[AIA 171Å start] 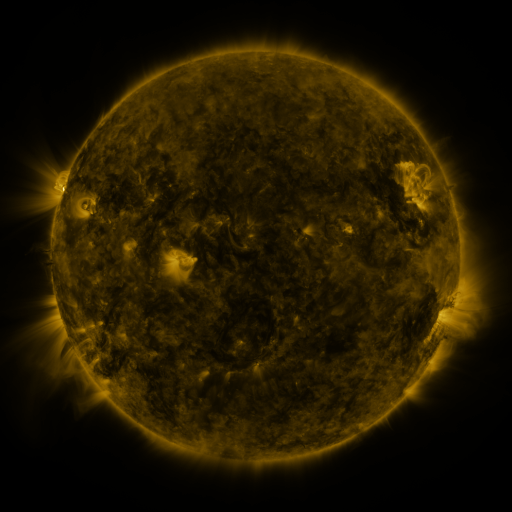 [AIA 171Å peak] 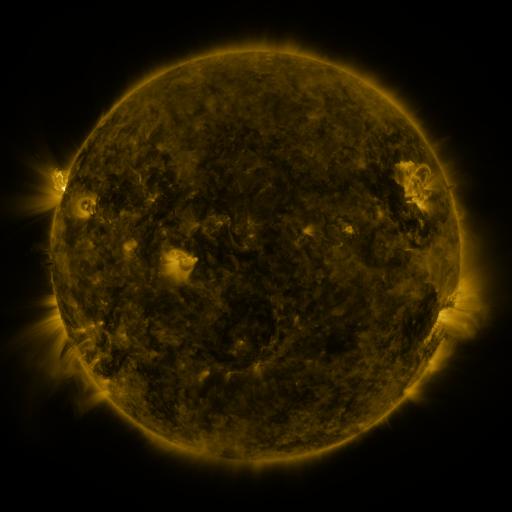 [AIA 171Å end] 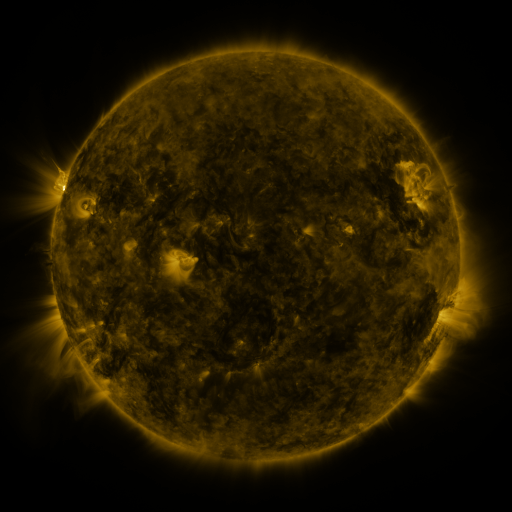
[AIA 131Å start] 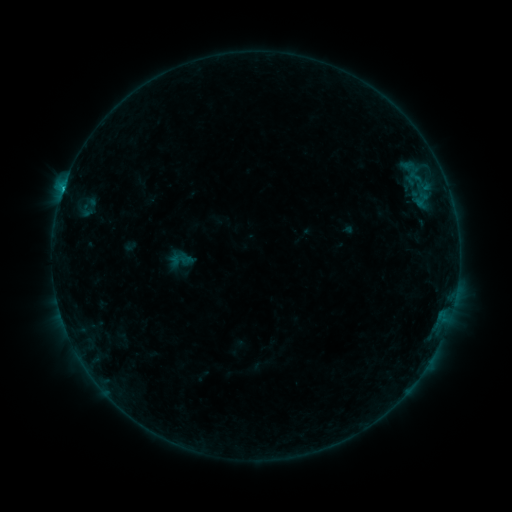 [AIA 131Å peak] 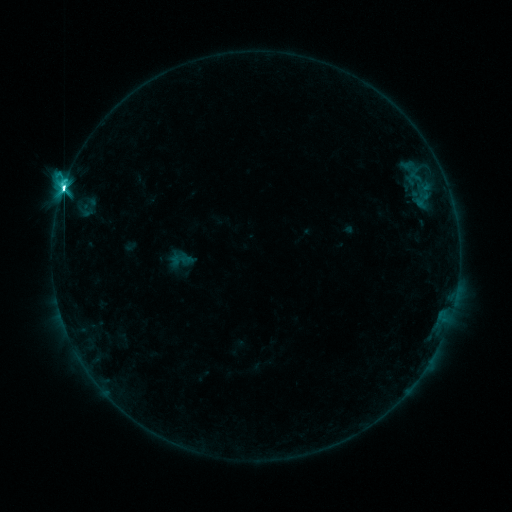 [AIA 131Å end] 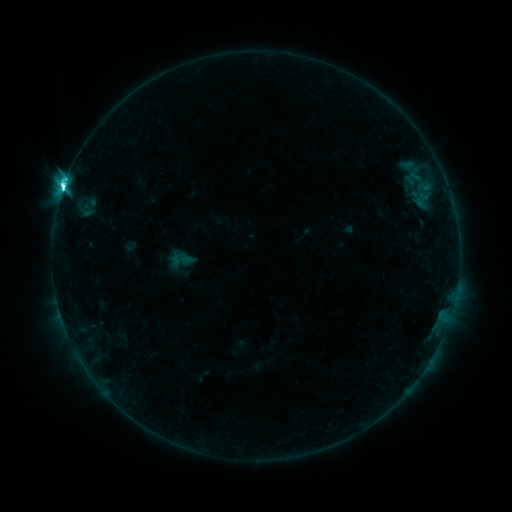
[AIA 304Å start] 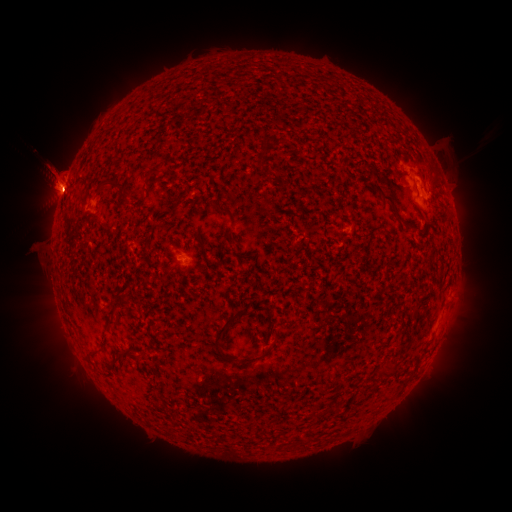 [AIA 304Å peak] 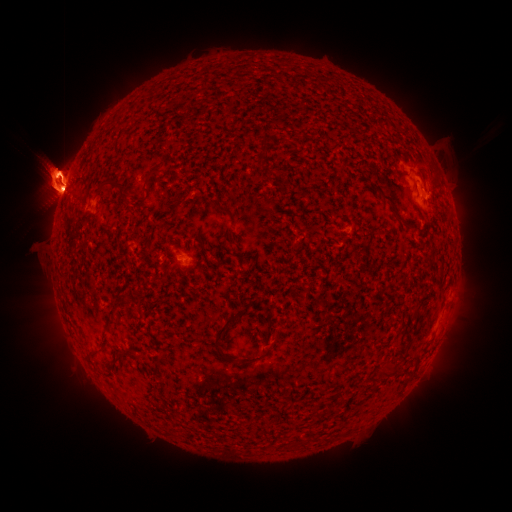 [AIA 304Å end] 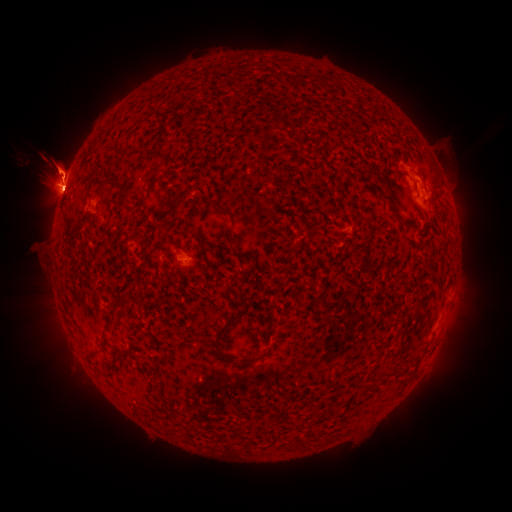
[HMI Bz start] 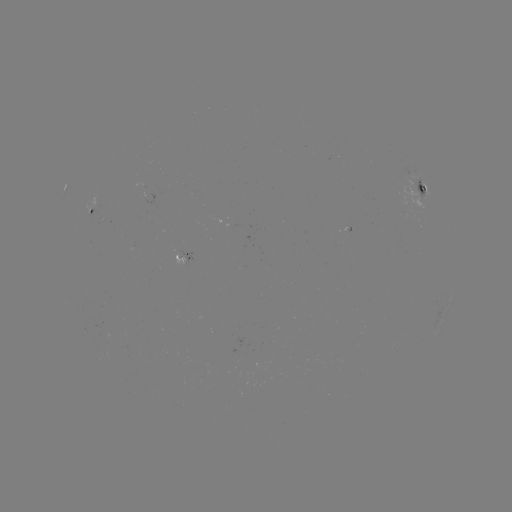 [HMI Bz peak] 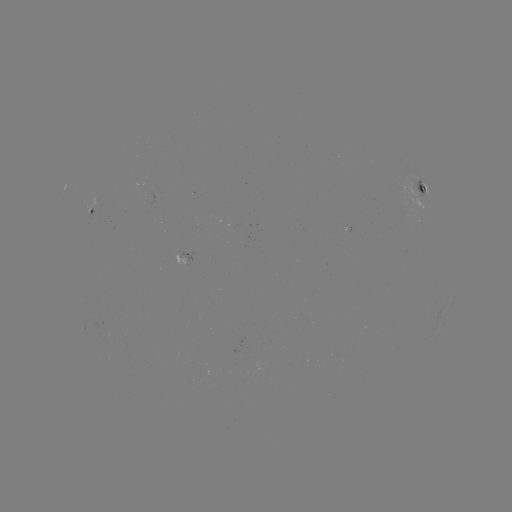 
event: flare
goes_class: M1.8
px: (64, 191)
